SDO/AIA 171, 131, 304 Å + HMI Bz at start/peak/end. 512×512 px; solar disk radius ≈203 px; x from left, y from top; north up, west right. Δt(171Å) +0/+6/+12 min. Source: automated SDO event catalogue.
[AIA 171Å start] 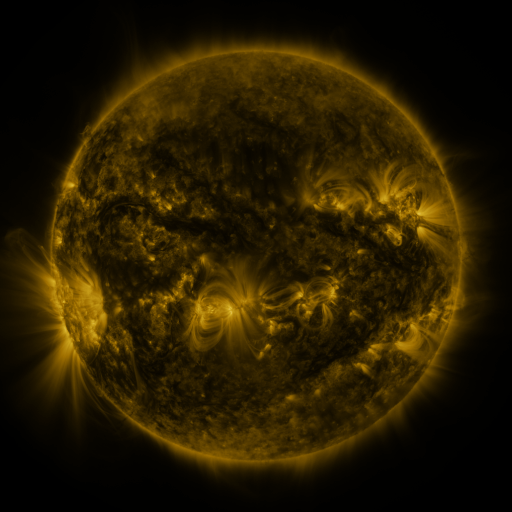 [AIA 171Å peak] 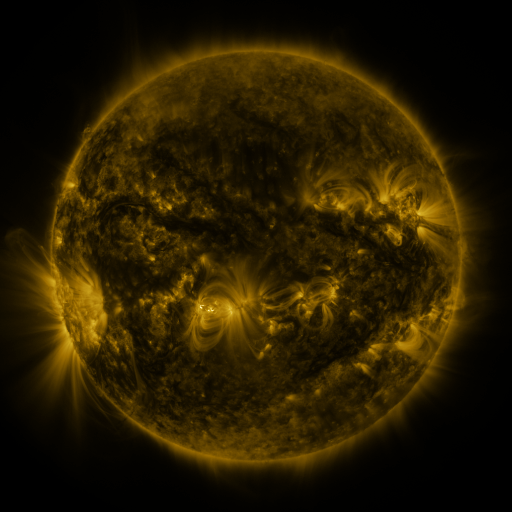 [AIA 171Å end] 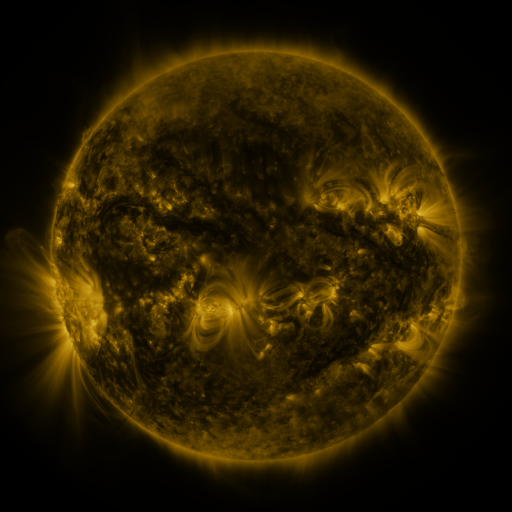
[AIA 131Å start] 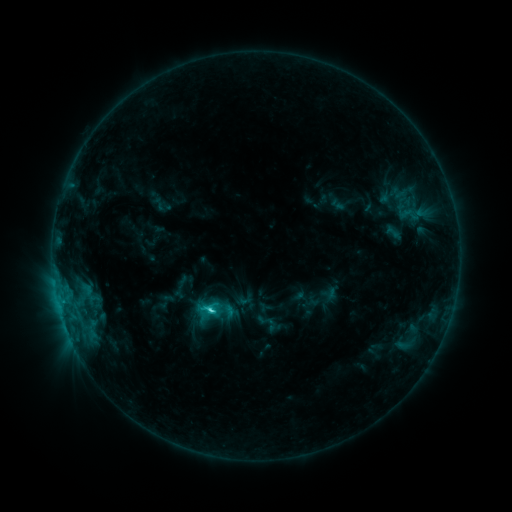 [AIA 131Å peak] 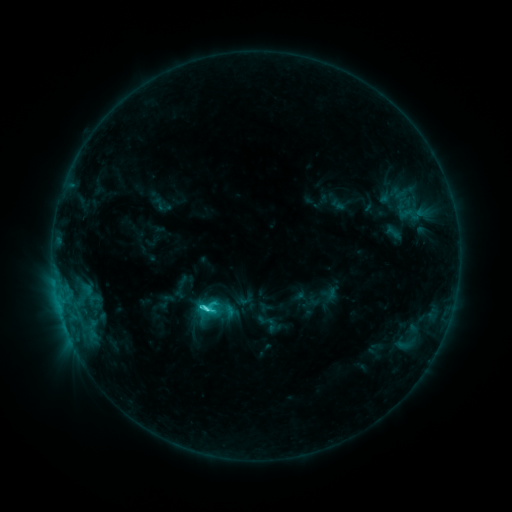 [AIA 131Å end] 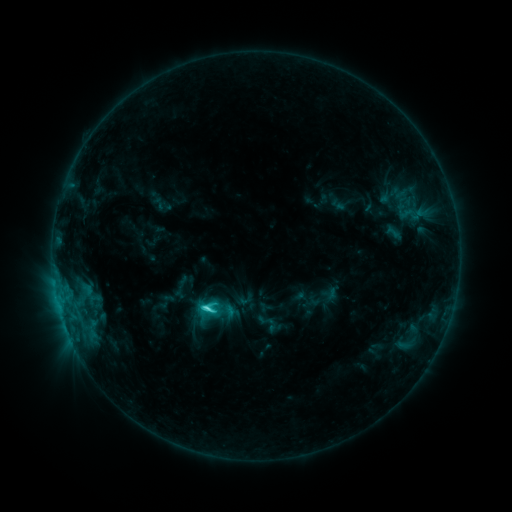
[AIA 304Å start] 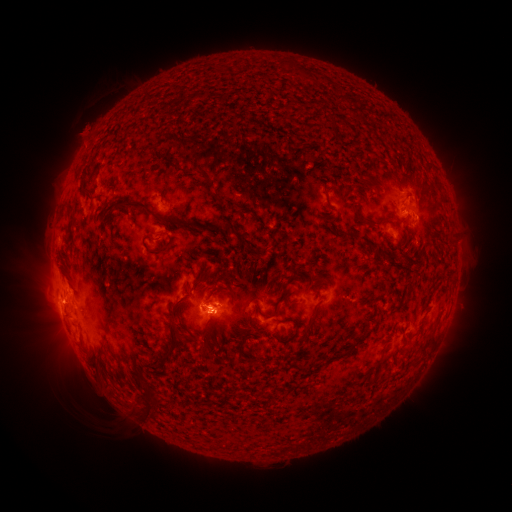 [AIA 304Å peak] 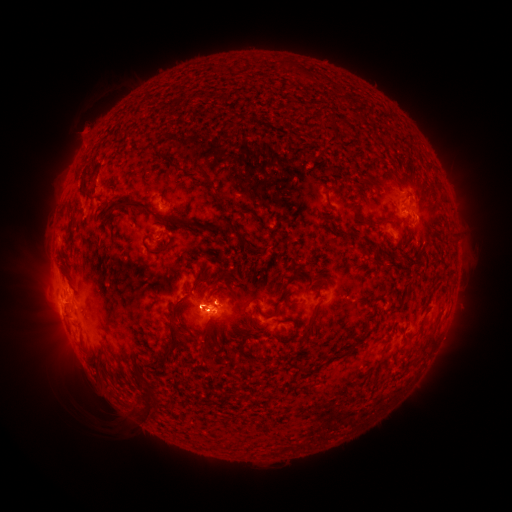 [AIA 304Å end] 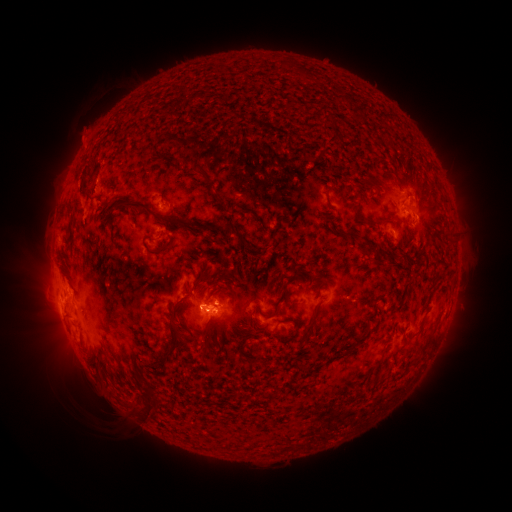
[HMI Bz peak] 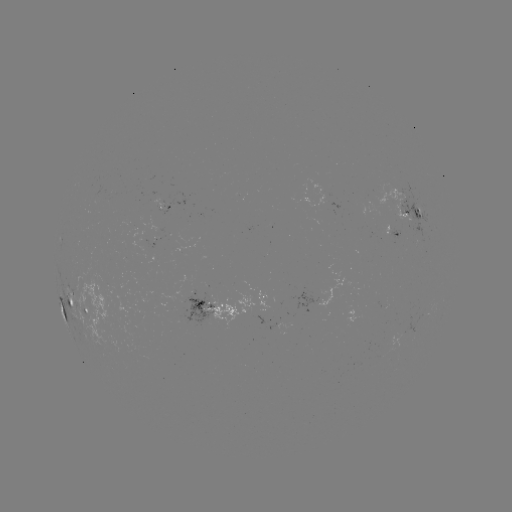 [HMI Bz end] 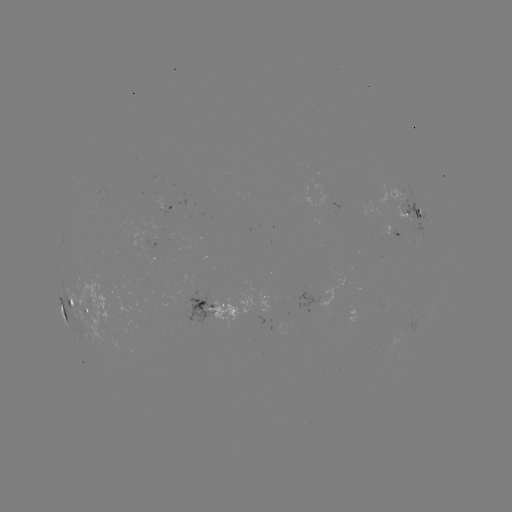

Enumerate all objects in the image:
C4.2 flare: (207, 308)
